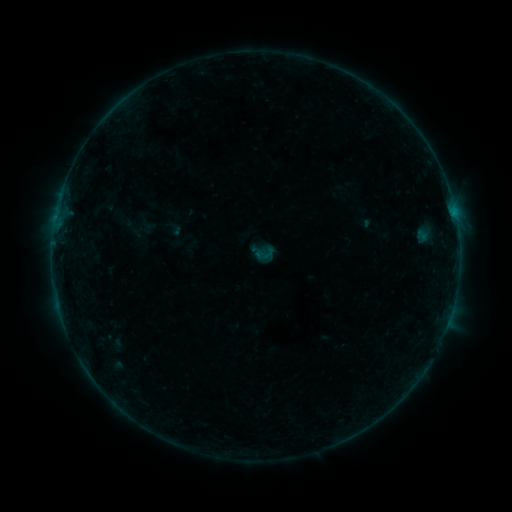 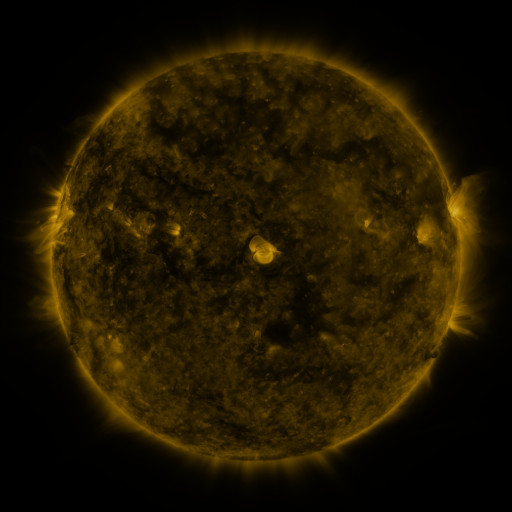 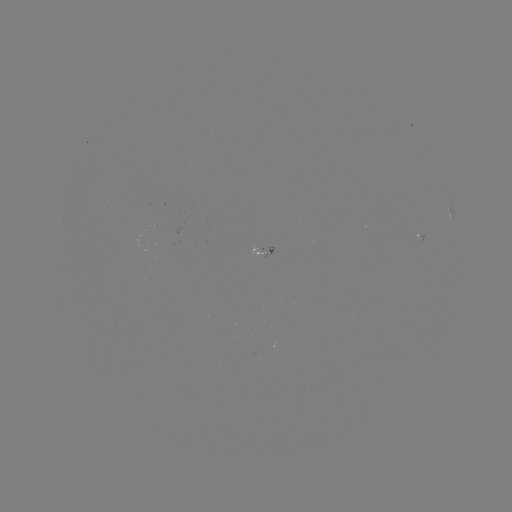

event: sigmoid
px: (265, 253)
